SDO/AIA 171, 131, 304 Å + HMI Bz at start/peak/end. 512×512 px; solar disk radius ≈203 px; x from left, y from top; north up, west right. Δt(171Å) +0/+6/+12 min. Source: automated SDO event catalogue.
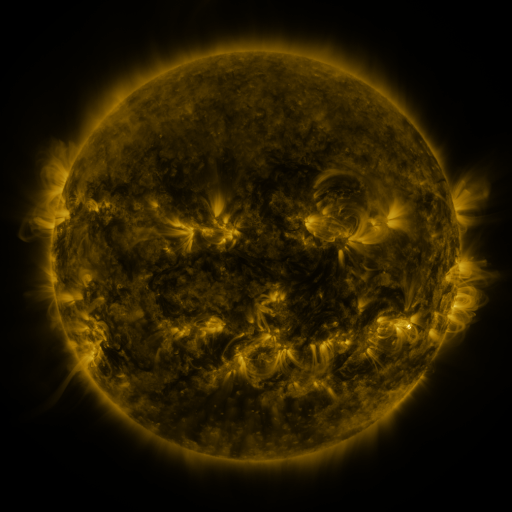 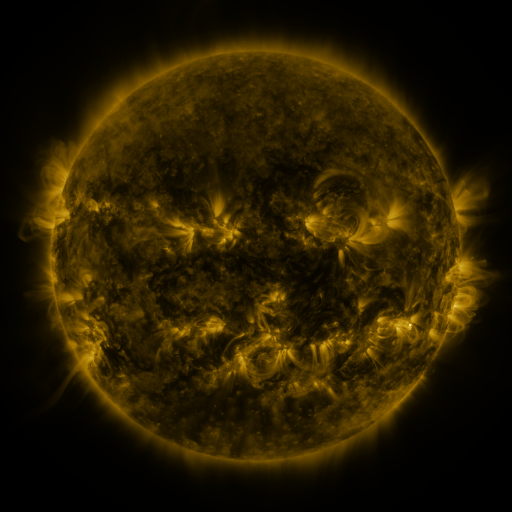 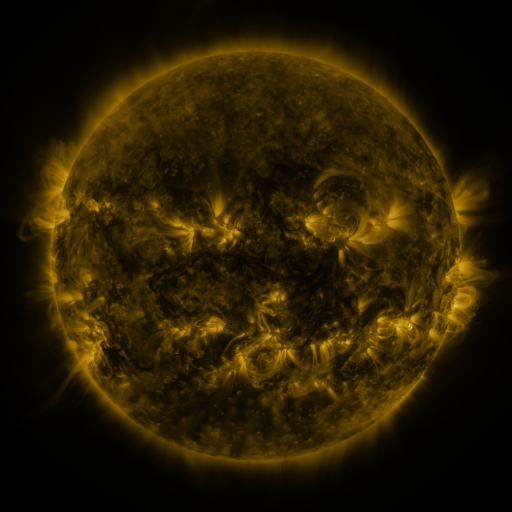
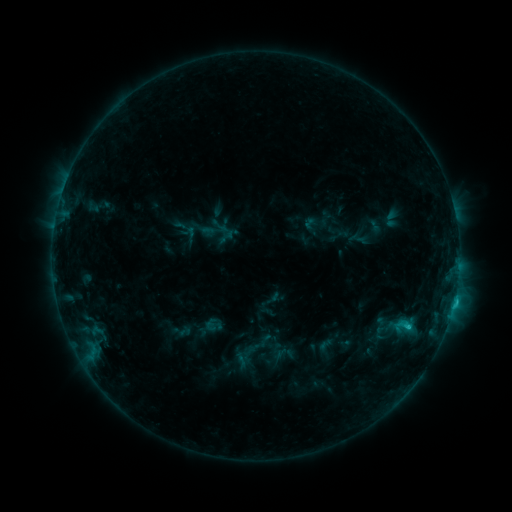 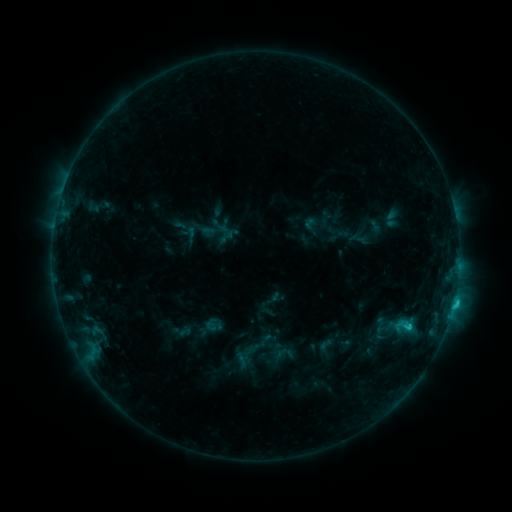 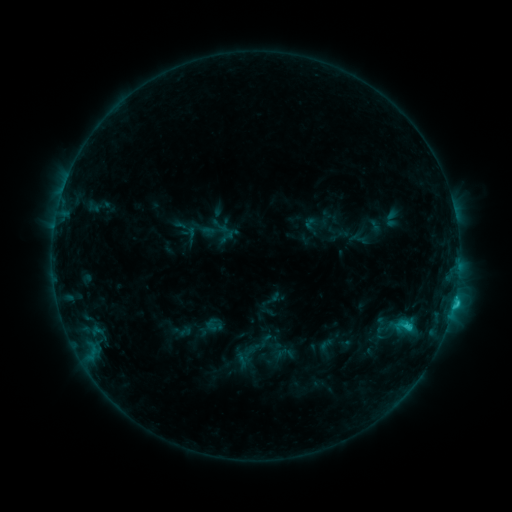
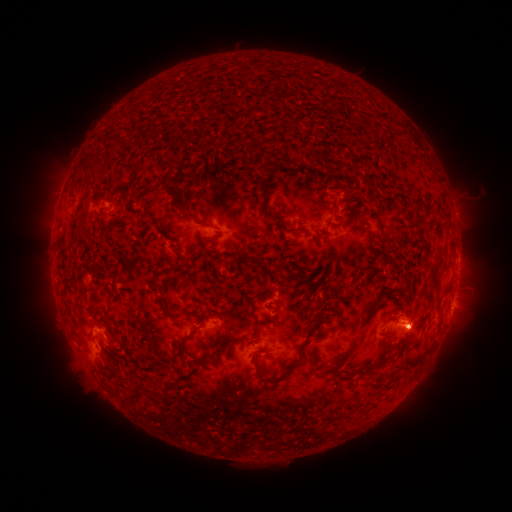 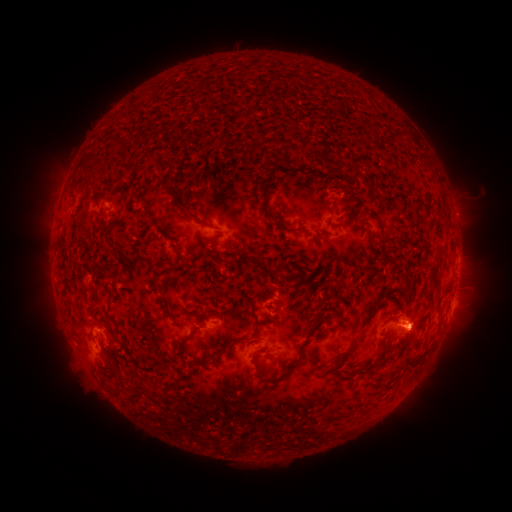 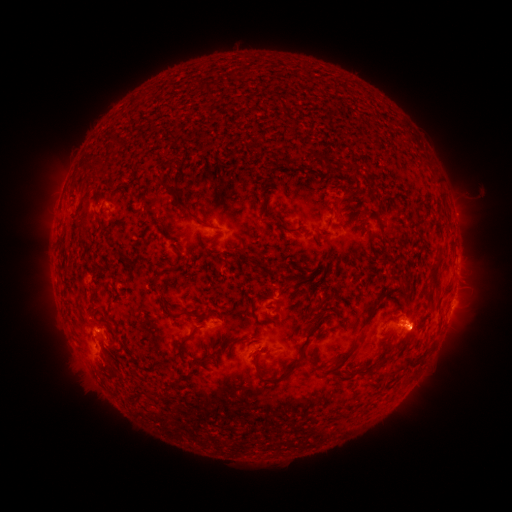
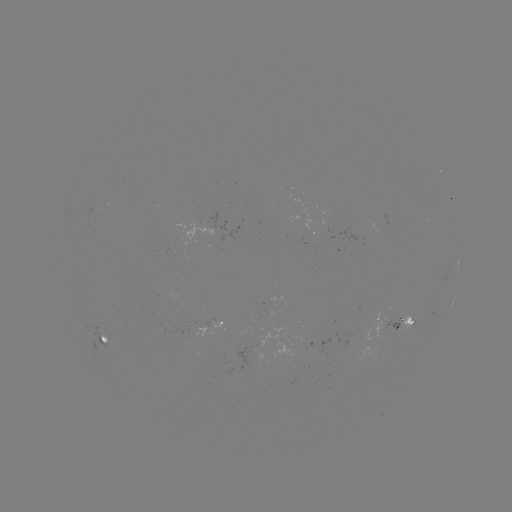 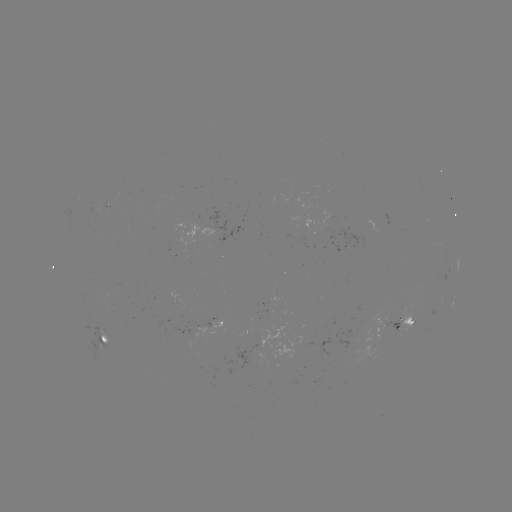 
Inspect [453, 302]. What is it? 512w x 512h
C1.9 flare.